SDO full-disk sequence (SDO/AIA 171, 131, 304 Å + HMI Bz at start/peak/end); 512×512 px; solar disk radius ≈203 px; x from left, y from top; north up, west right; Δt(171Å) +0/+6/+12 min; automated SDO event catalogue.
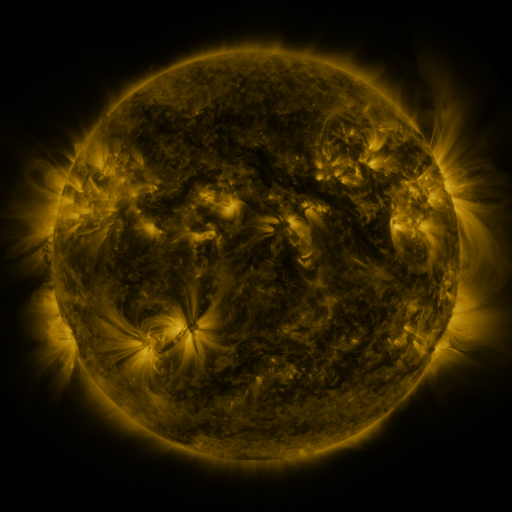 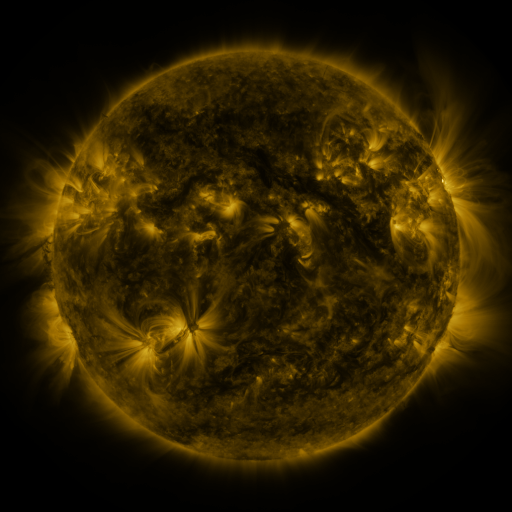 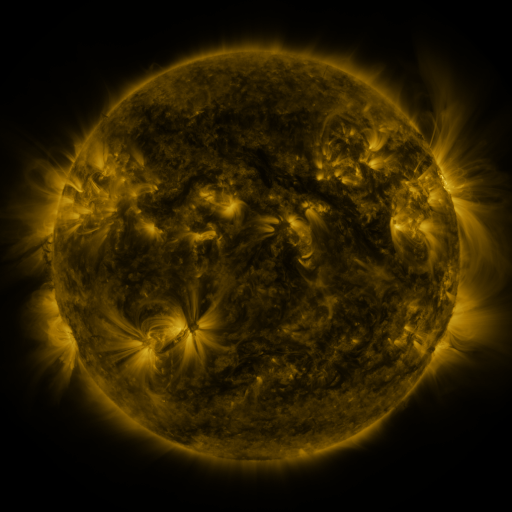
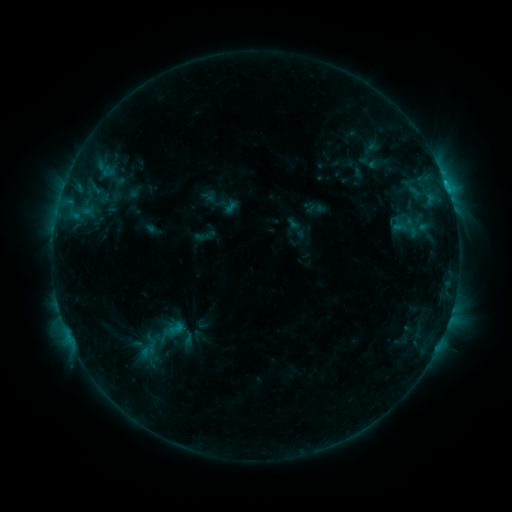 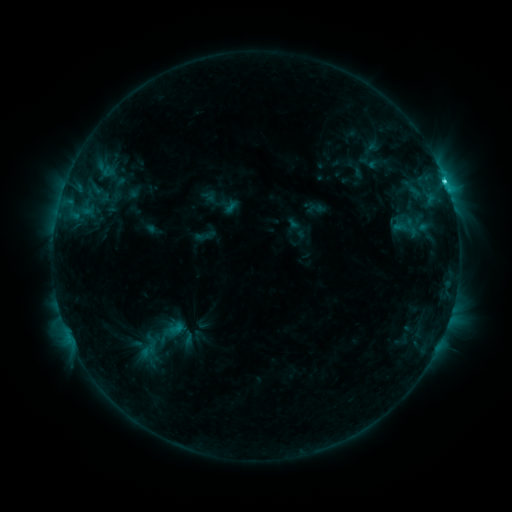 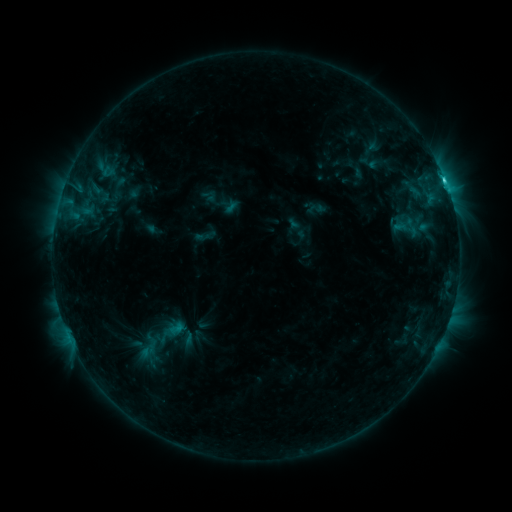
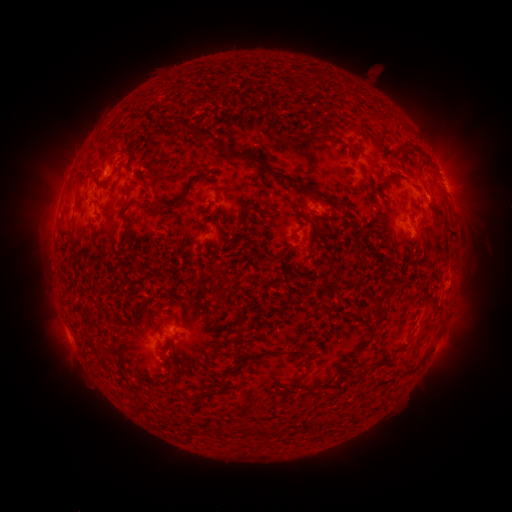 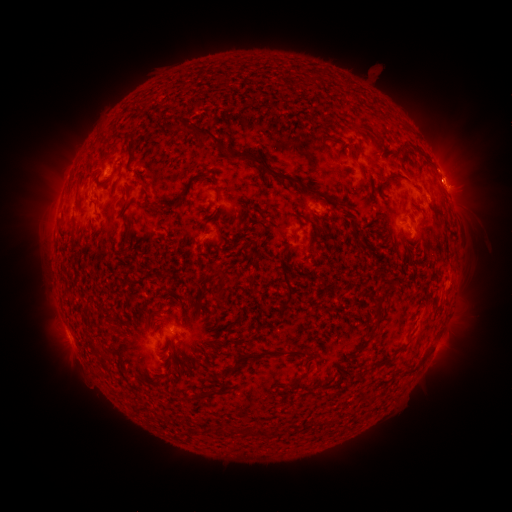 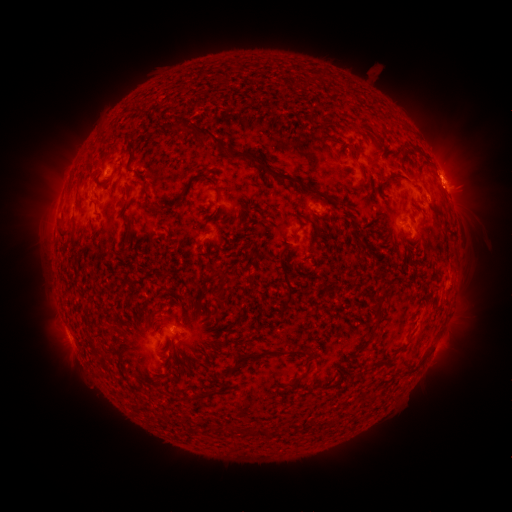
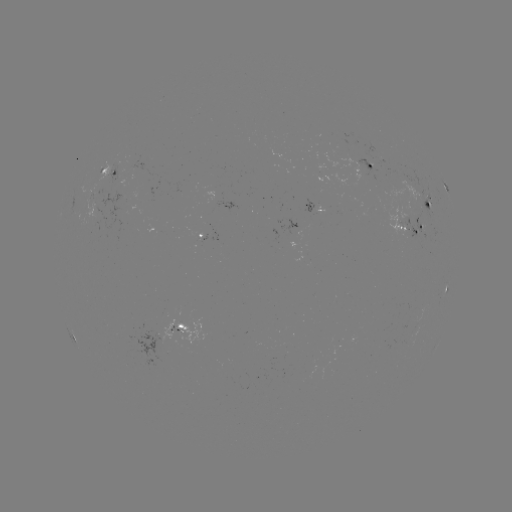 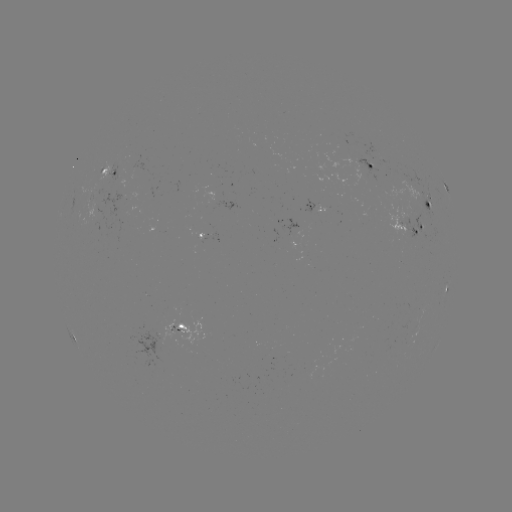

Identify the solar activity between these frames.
C2.3 flare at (445, 184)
